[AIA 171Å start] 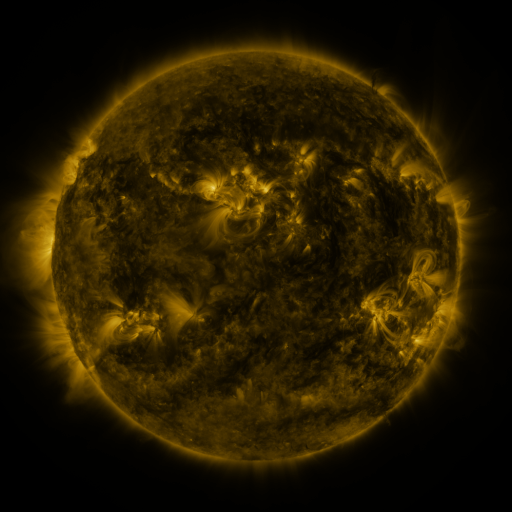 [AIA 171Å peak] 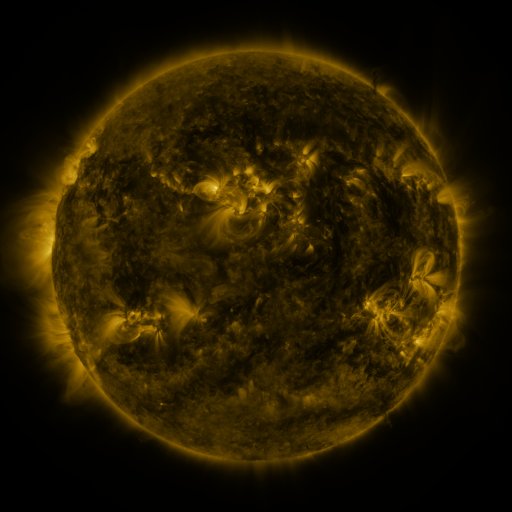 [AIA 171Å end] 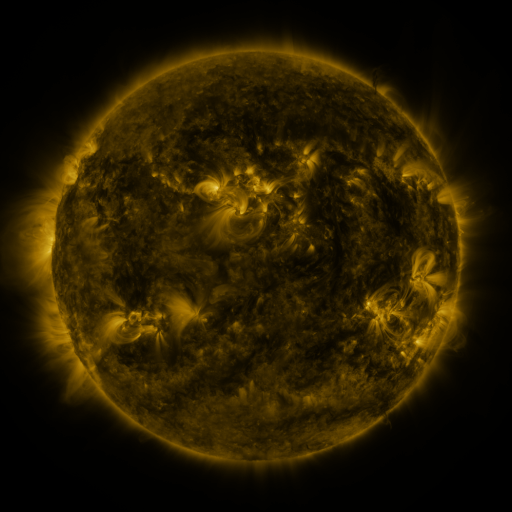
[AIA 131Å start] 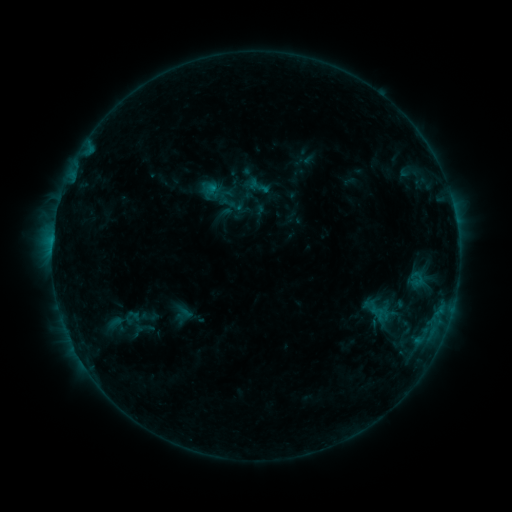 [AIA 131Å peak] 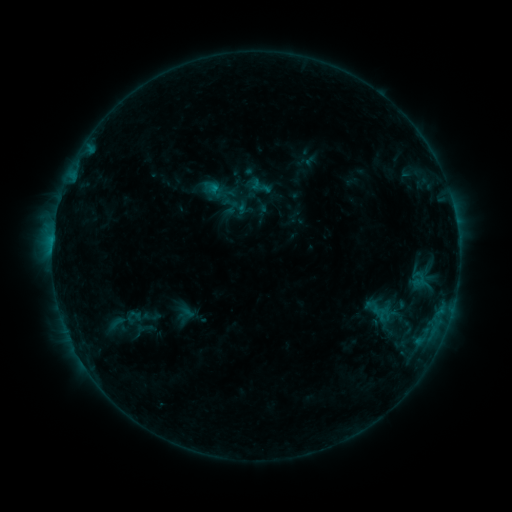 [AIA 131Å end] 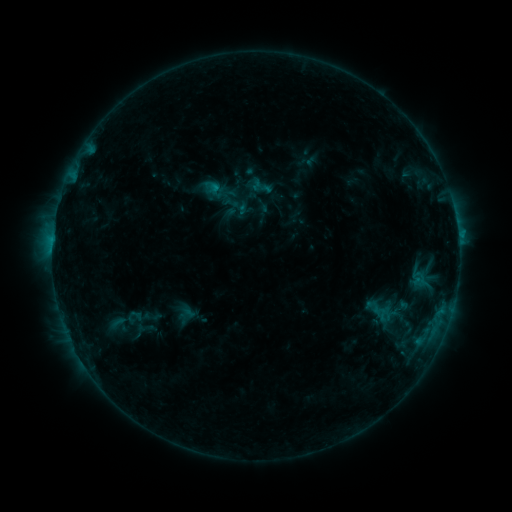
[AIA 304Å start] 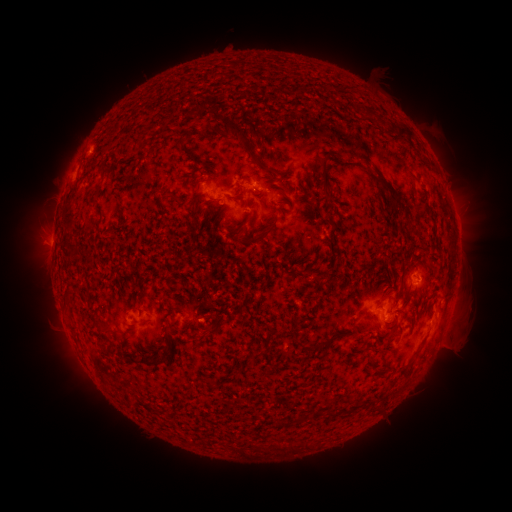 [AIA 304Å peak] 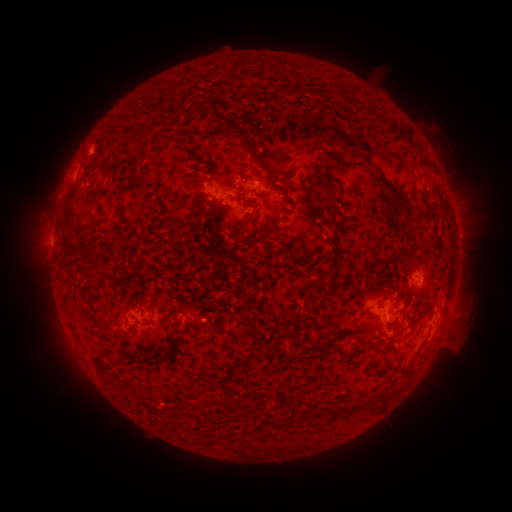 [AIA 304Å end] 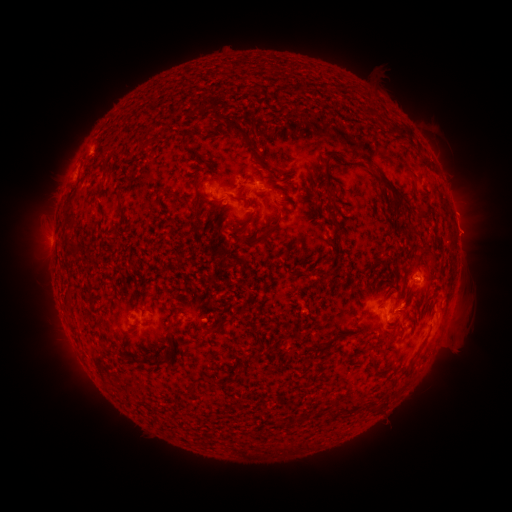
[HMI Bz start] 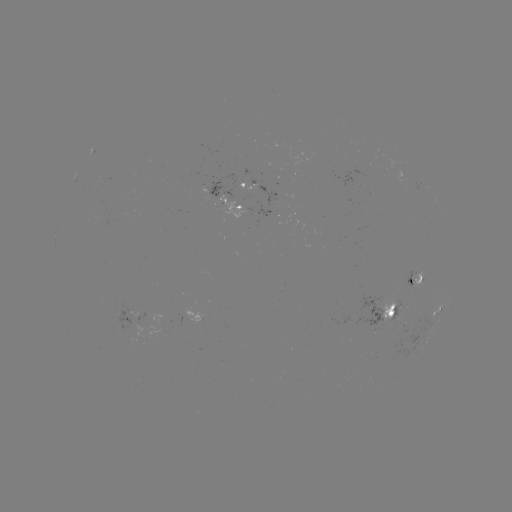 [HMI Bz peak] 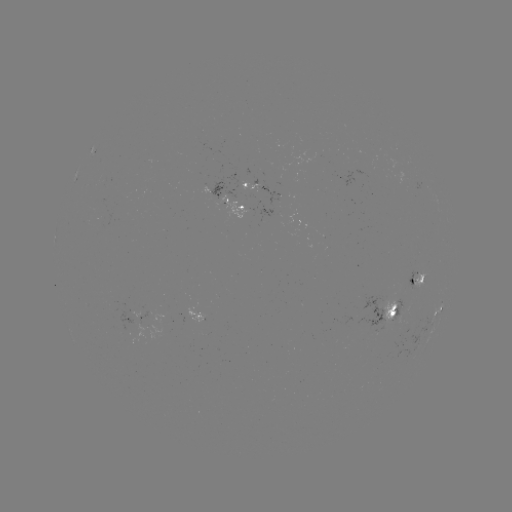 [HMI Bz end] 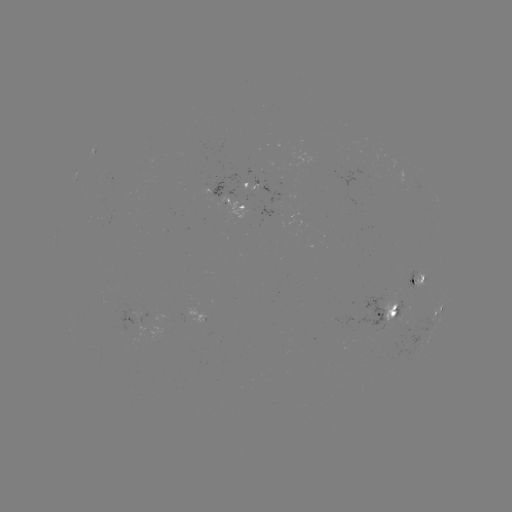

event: emerging-flux region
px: (196, 313)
